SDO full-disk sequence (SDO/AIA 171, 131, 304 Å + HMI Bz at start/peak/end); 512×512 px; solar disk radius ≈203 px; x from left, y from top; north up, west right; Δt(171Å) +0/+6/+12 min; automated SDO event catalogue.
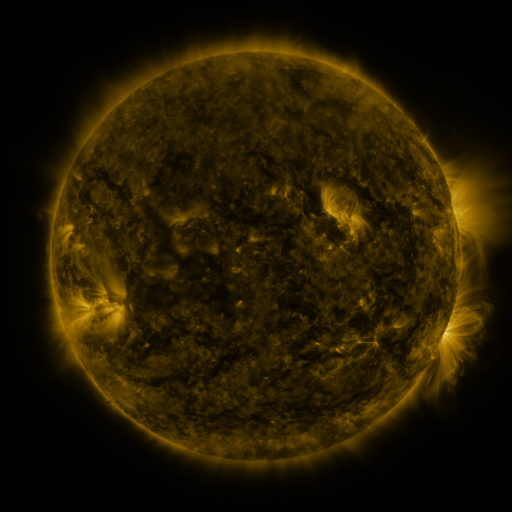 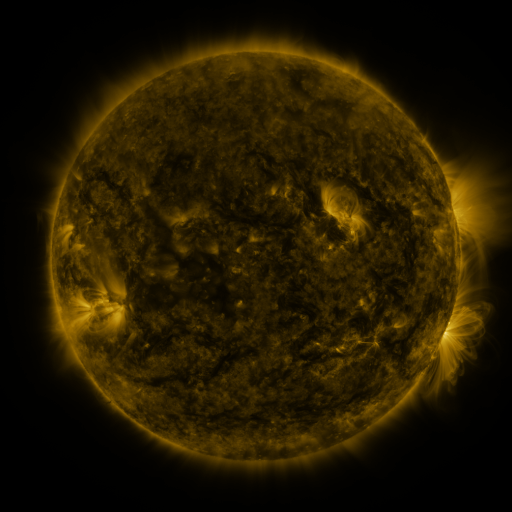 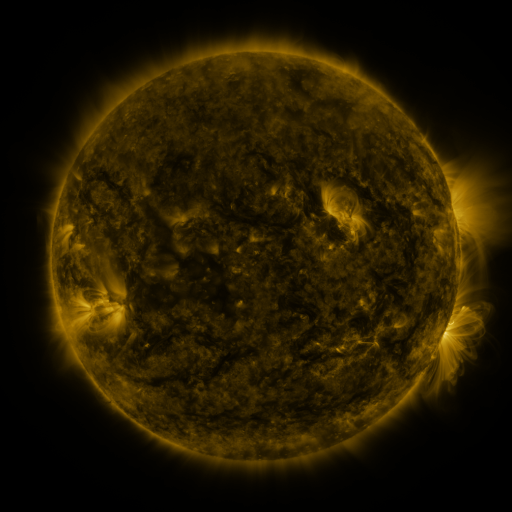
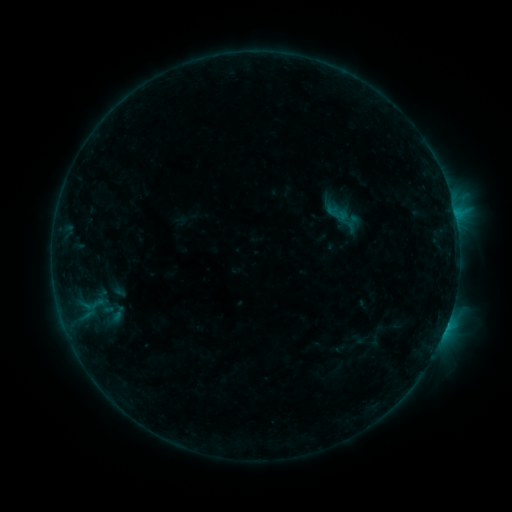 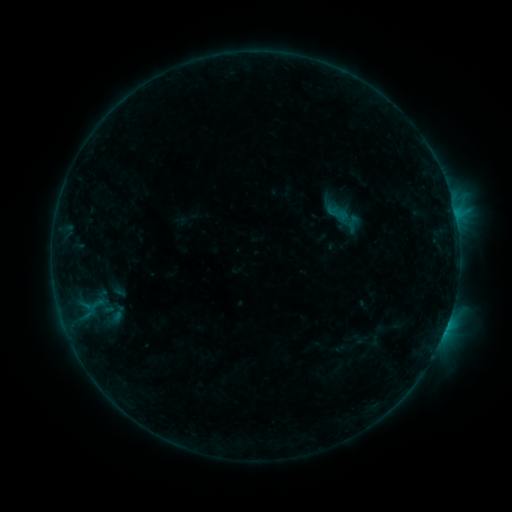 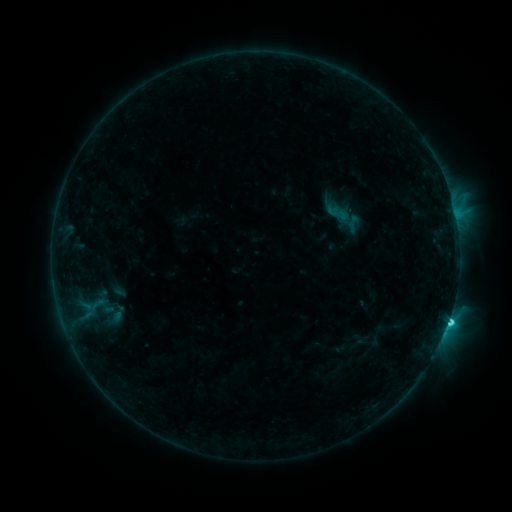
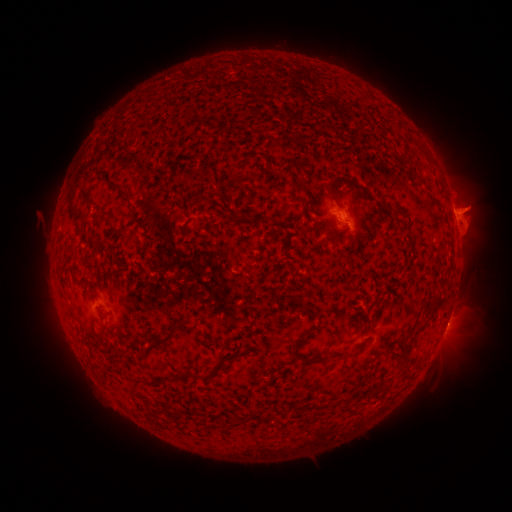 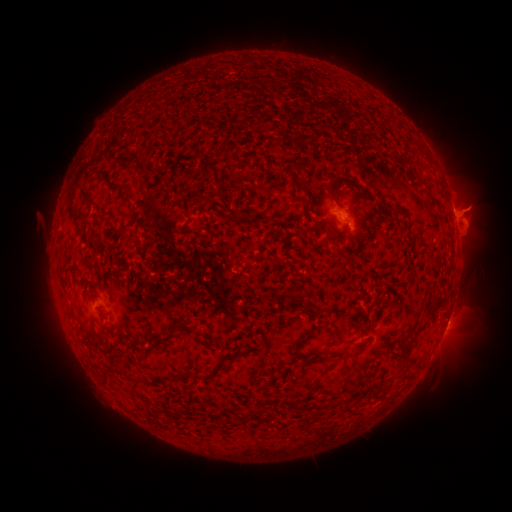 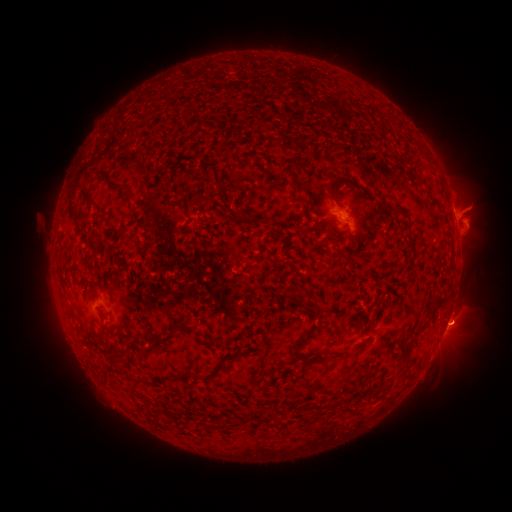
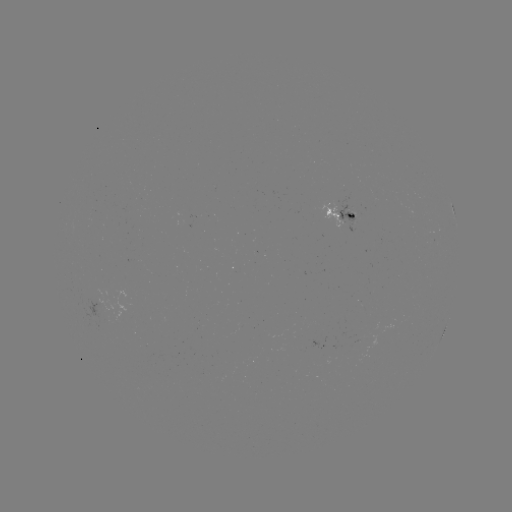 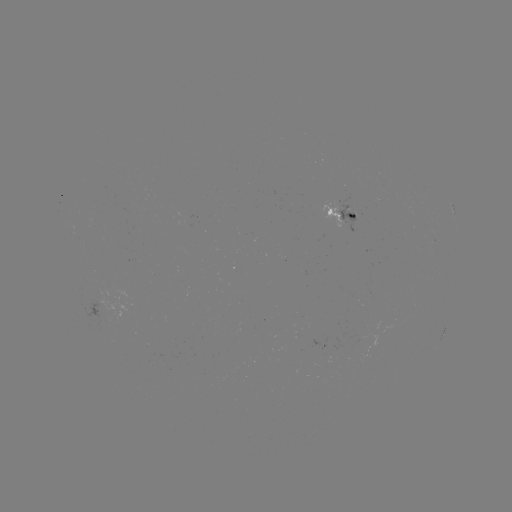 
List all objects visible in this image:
C2.7 flare: (447, 318)
